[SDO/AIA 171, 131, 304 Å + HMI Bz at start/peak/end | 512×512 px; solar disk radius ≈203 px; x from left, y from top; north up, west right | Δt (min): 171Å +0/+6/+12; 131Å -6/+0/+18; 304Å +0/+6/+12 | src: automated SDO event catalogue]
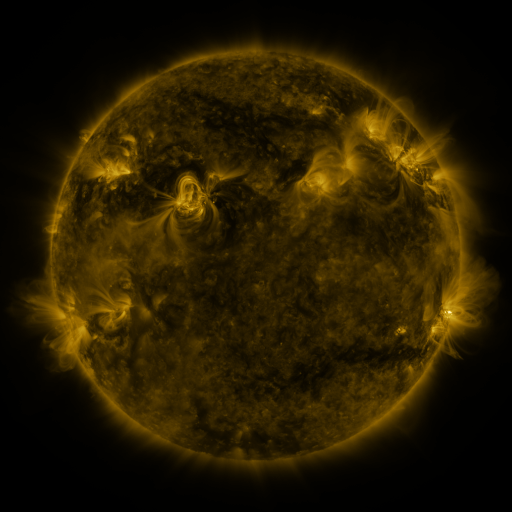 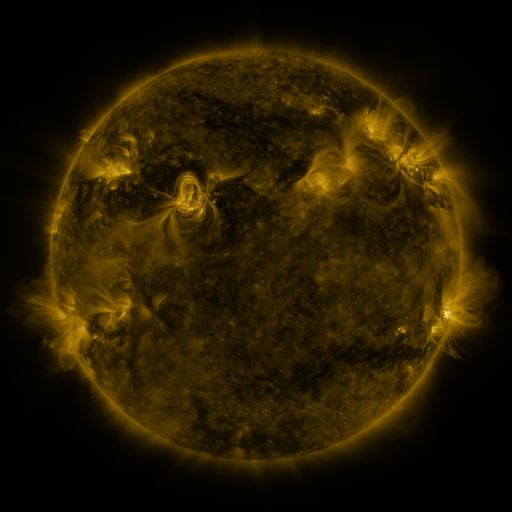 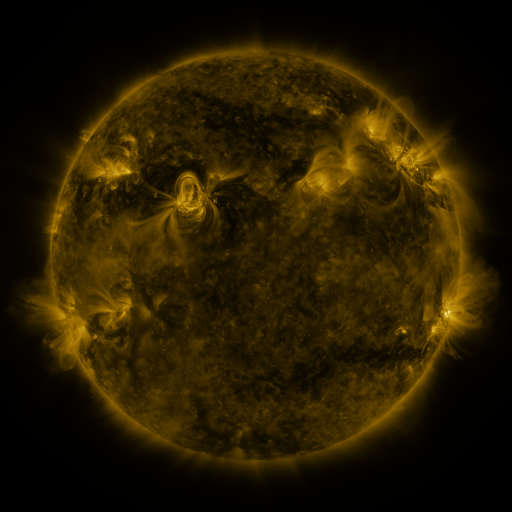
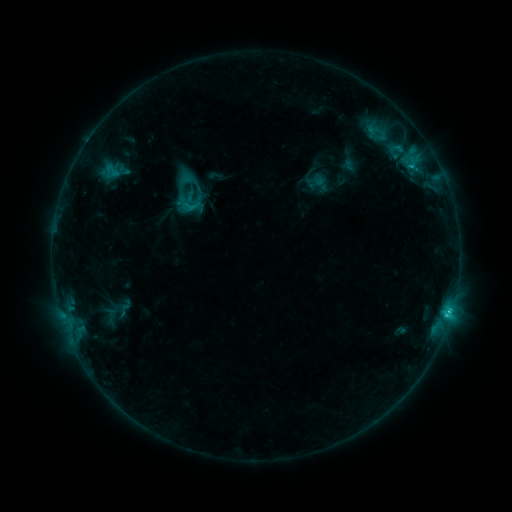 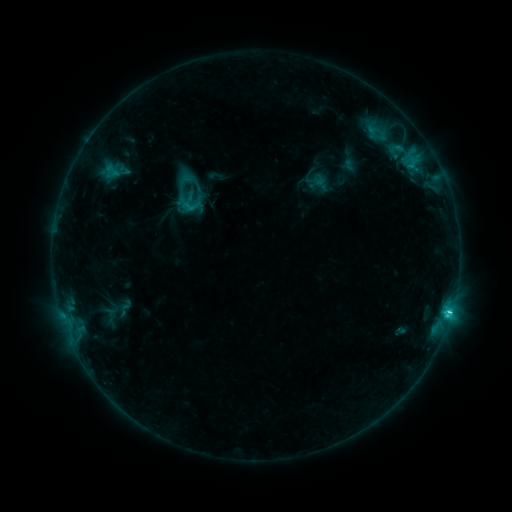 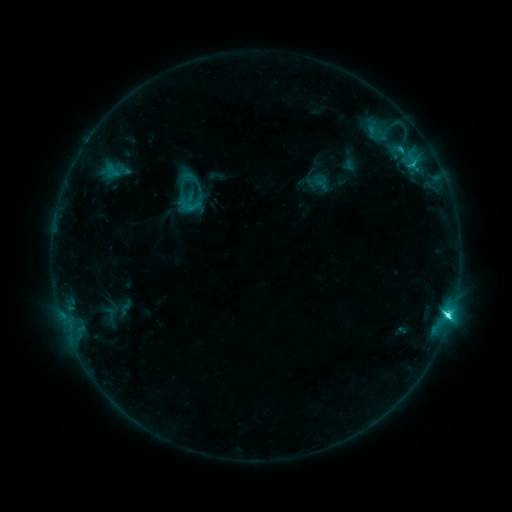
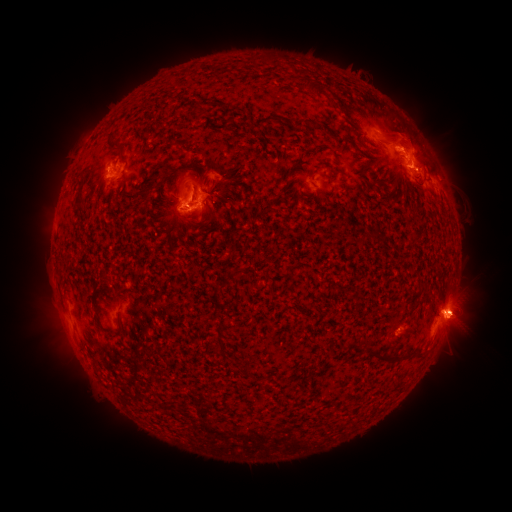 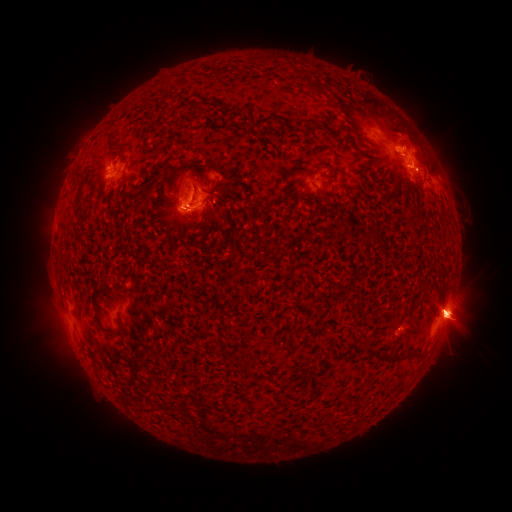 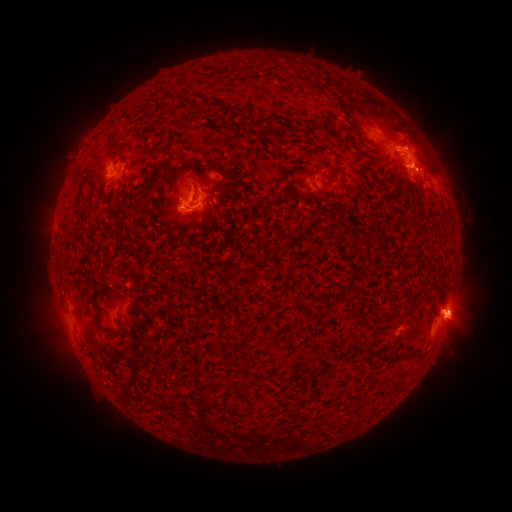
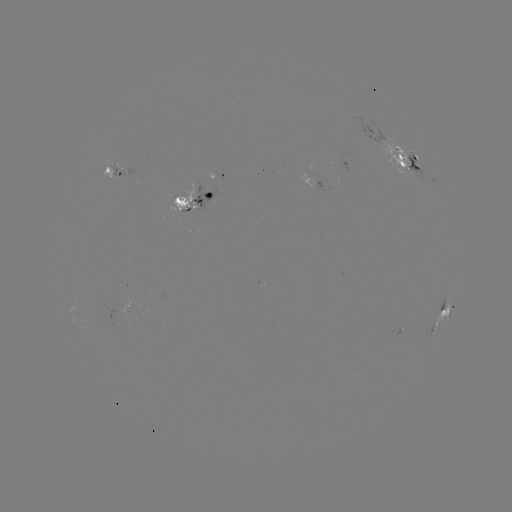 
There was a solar flare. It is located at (446, 310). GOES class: C7.6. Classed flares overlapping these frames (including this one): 1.